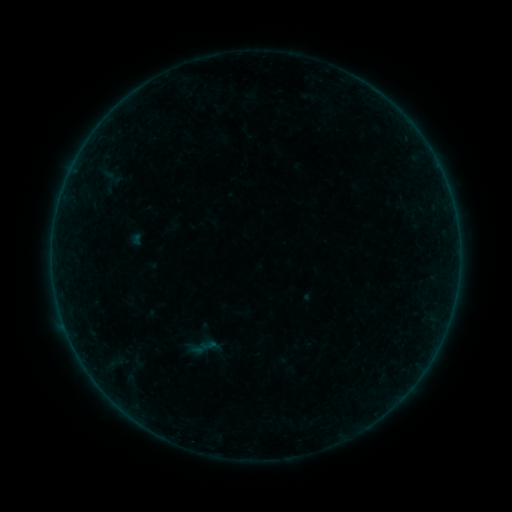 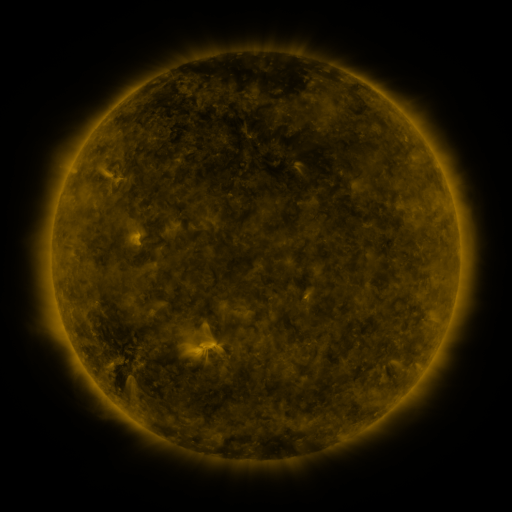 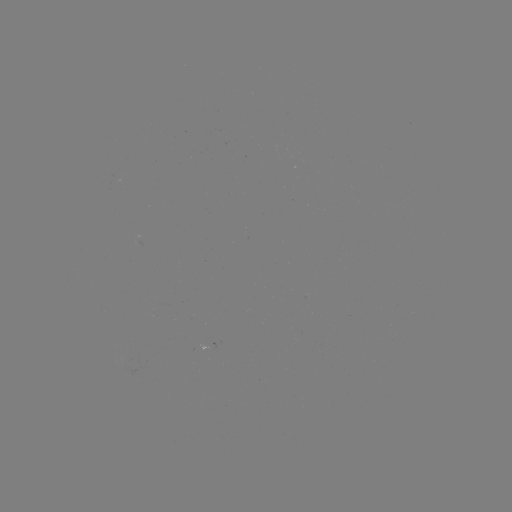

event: sigmoid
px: (204, 347)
